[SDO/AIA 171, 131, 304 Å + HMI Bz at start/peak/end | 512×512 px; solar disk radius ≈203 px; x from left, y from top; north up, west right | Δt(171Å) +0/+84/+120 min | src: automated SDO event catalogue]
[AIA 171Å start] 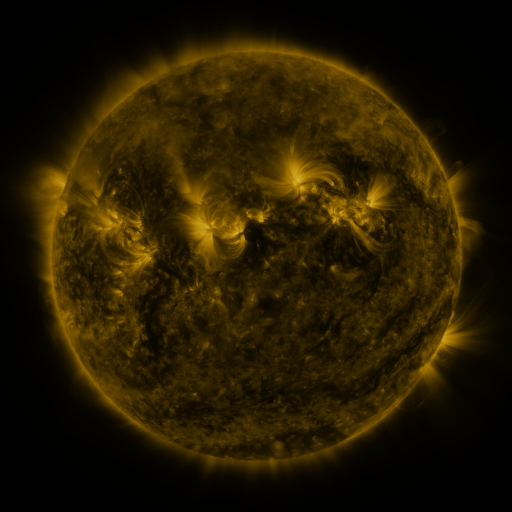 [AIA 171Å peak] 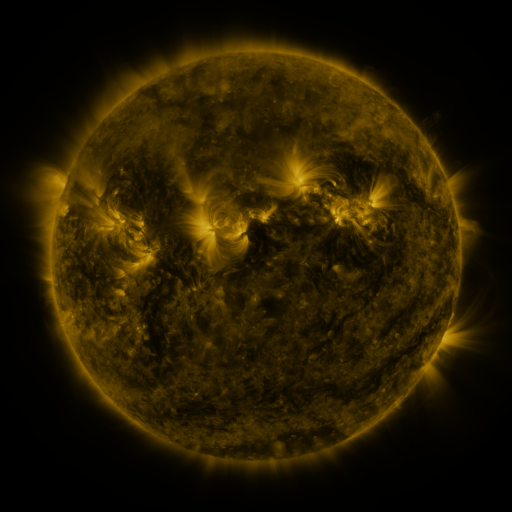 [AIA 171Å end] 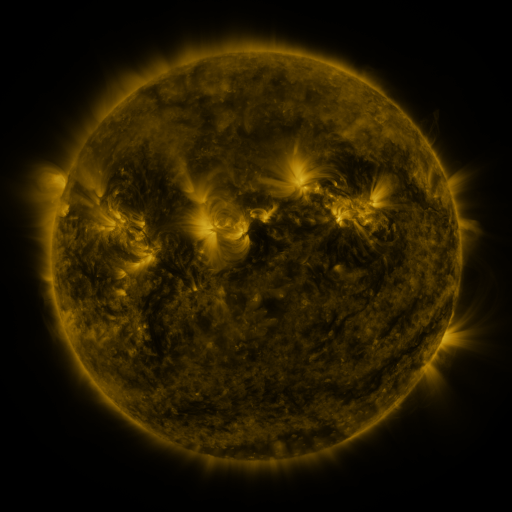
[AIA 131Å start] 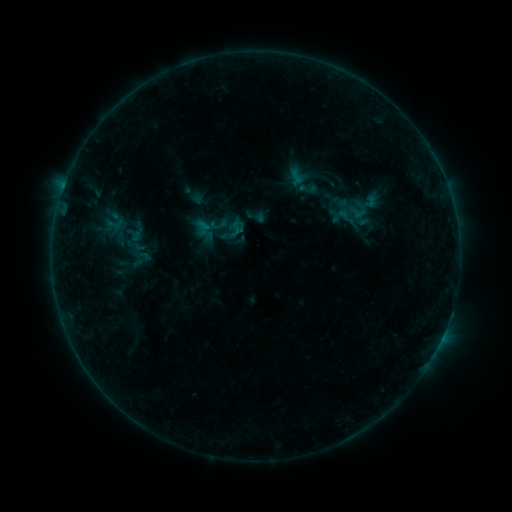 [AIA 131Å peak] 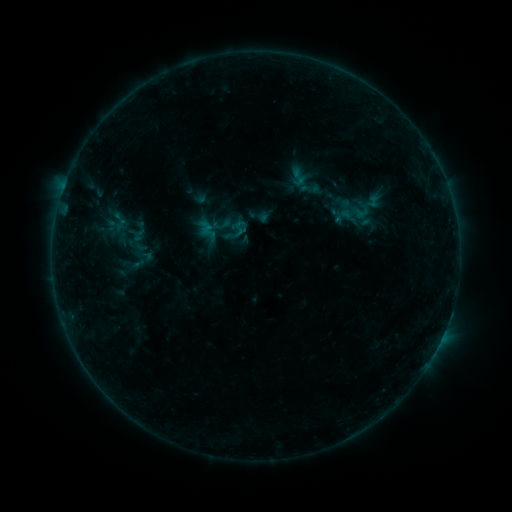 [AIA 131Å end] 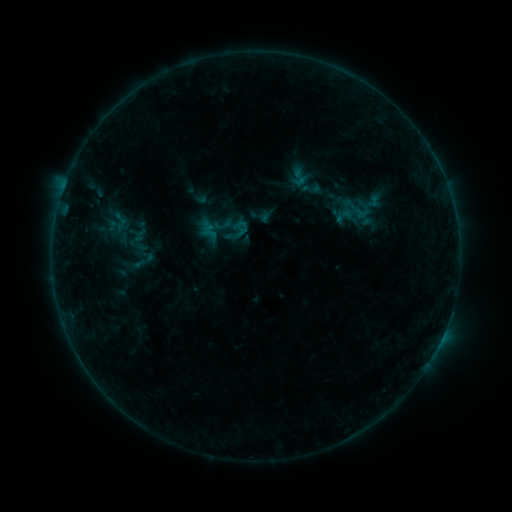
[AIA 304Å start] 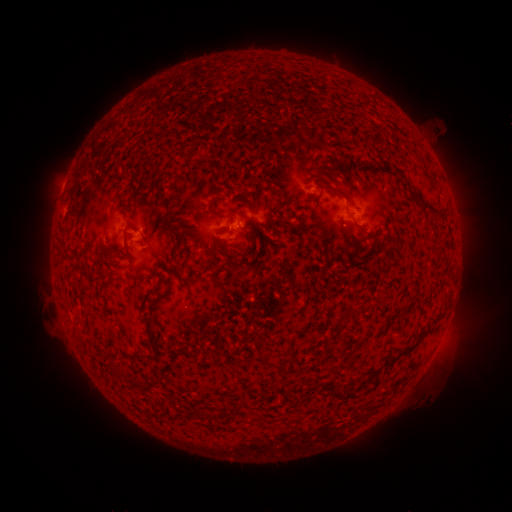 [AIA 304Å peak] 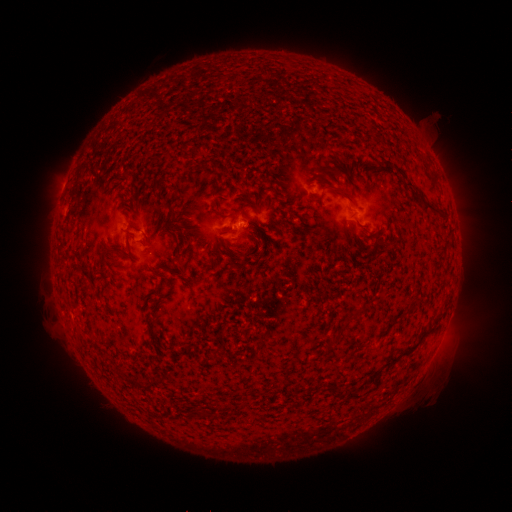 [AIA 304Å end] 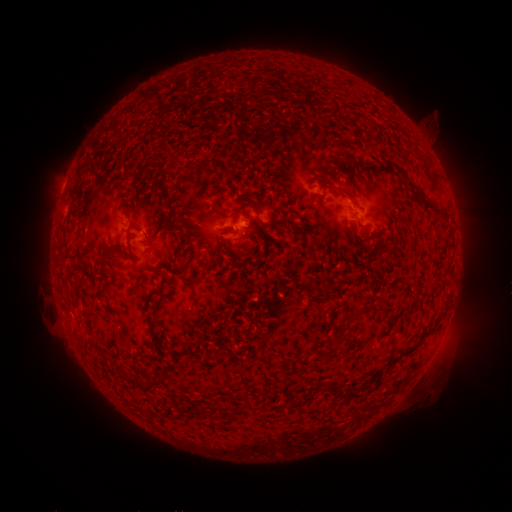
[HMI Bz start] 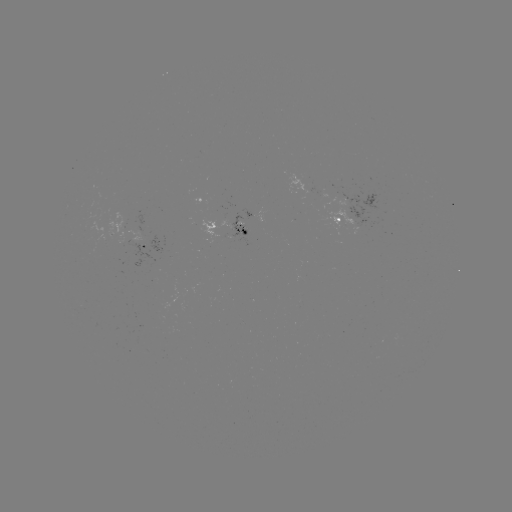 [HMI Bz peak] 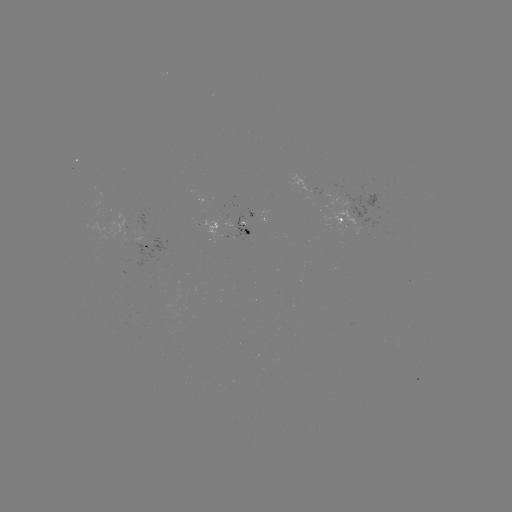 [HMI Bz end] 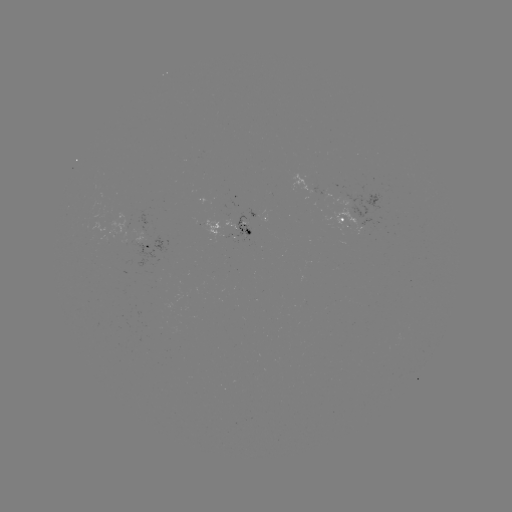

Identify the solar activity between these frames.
emerging-flux region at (355, 205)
